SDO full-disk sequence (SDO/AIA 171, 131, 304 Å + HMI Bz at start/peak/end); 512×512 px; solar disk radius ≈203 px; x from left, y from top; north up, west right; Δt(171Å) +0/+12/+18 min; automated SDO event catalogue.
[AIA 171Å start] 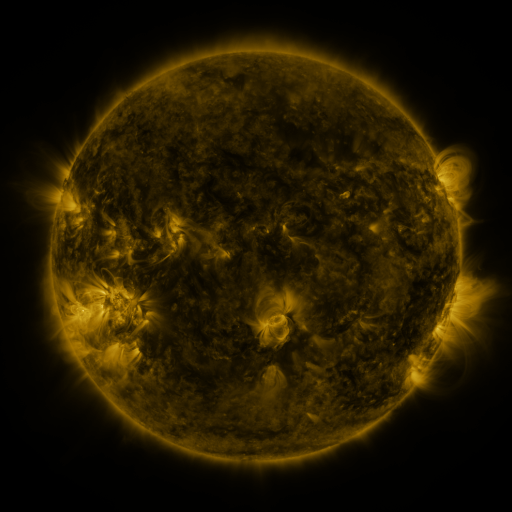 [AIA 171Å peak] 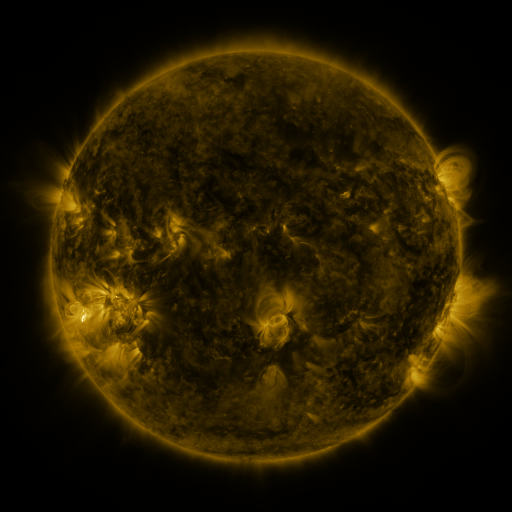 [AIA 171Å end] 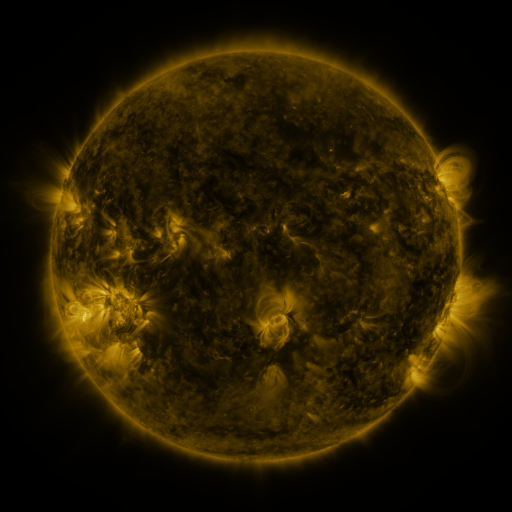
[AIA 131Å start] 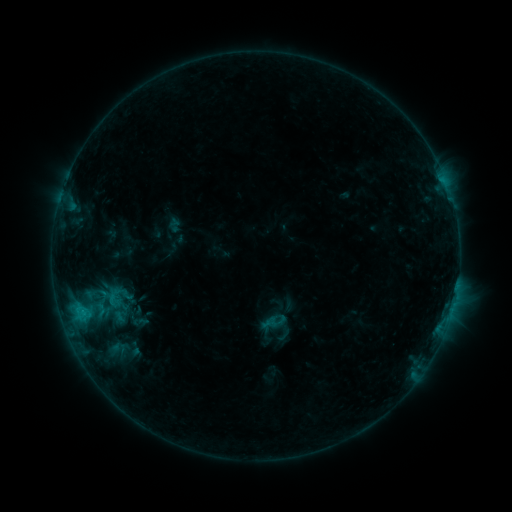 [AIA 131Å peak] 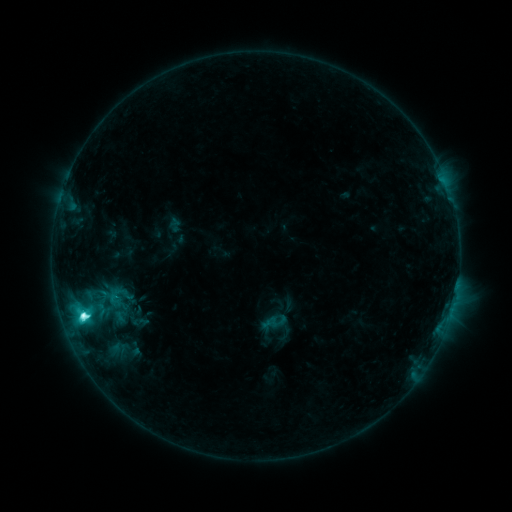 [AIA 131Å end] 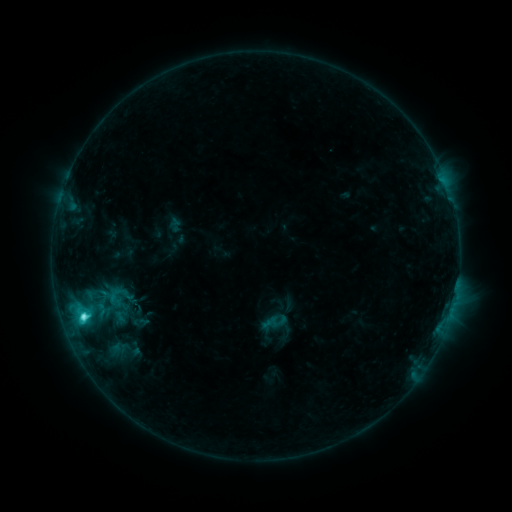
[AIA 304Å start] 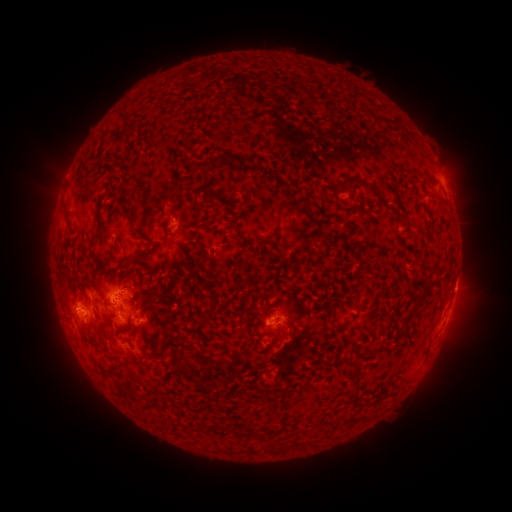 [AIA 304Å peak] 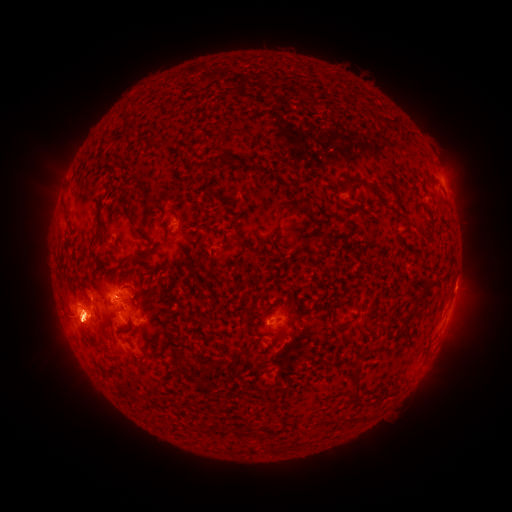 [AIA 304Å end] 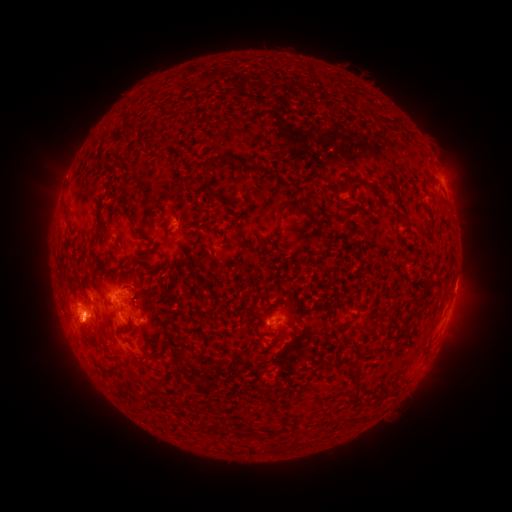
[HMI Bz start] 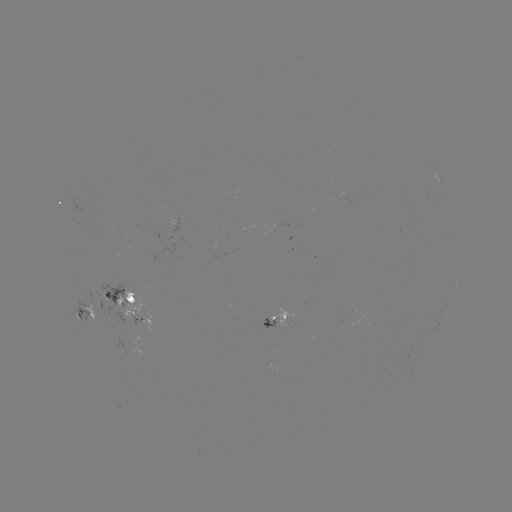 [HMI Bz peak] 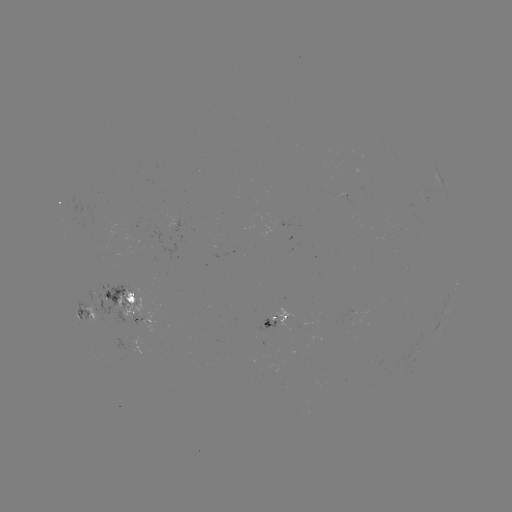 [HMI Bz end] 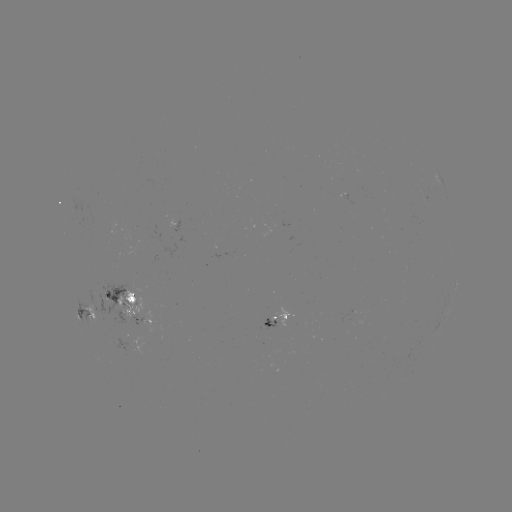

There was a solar flare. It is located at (83, 314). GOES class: C5.9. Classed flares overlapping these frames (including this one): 1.